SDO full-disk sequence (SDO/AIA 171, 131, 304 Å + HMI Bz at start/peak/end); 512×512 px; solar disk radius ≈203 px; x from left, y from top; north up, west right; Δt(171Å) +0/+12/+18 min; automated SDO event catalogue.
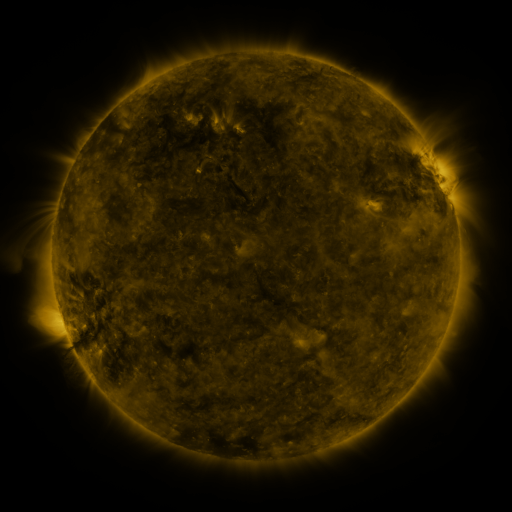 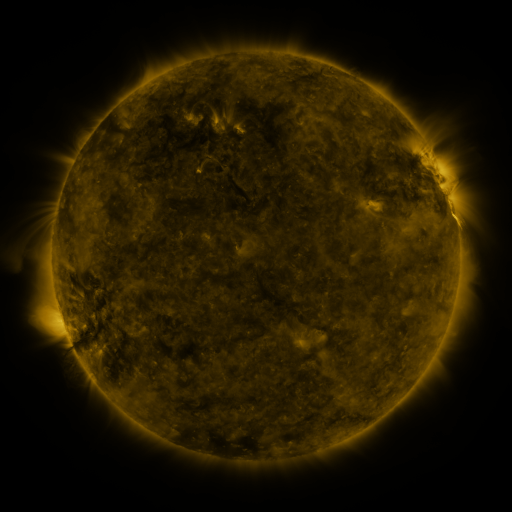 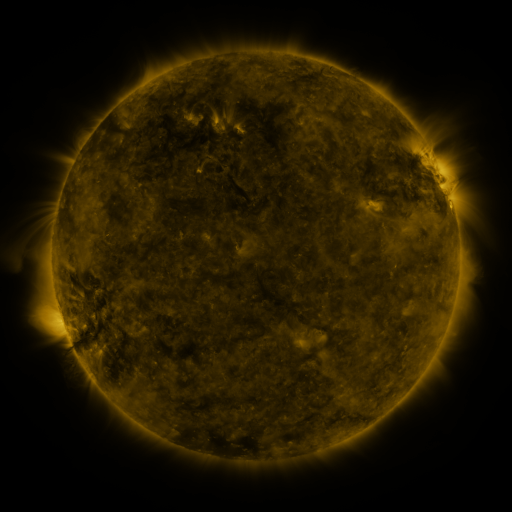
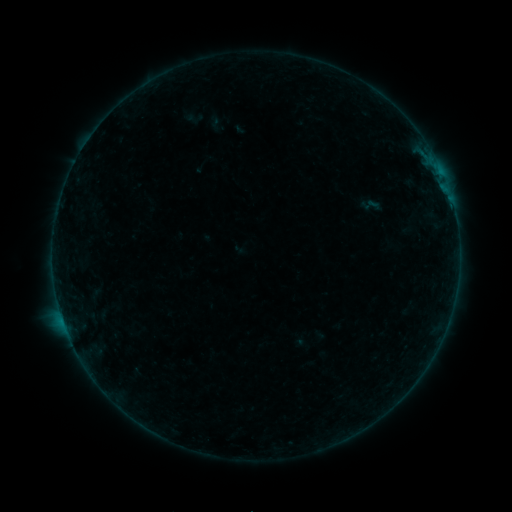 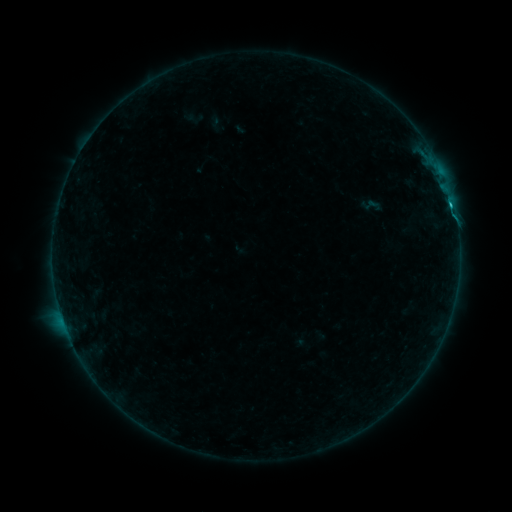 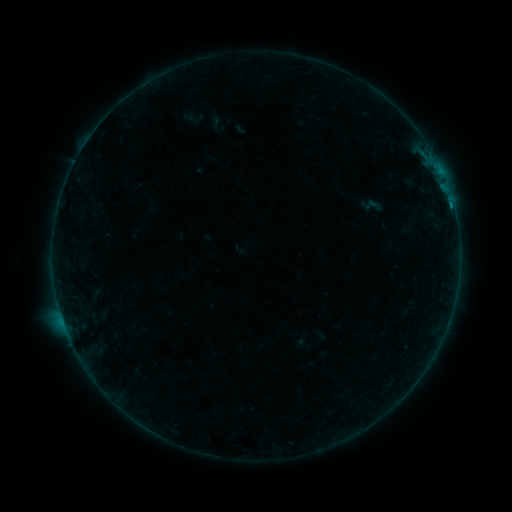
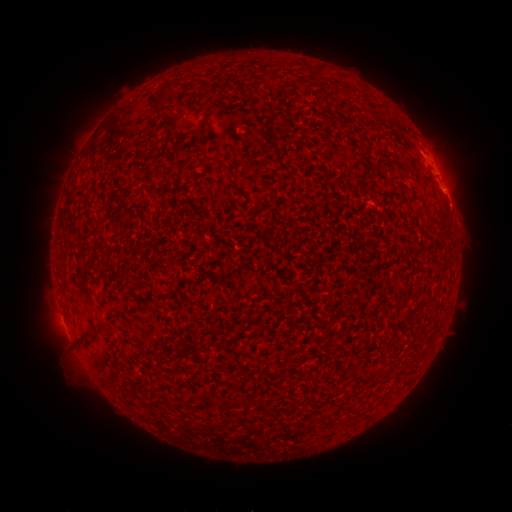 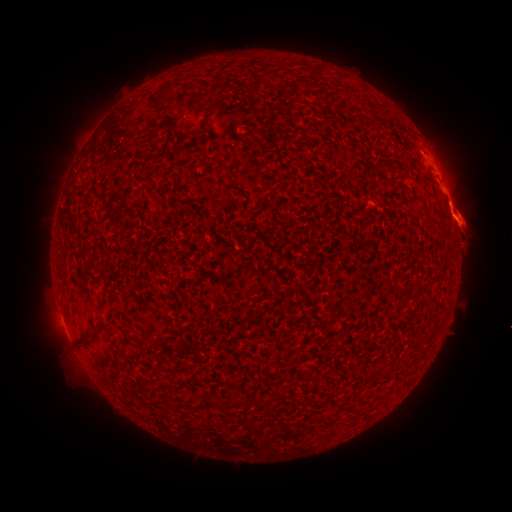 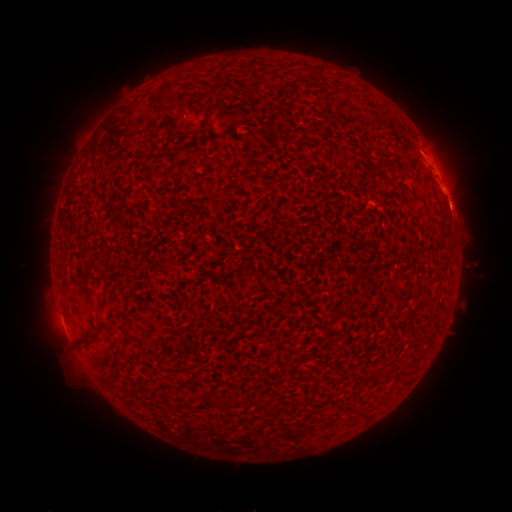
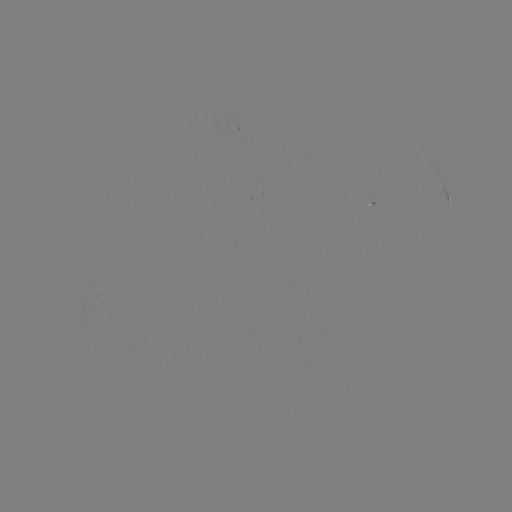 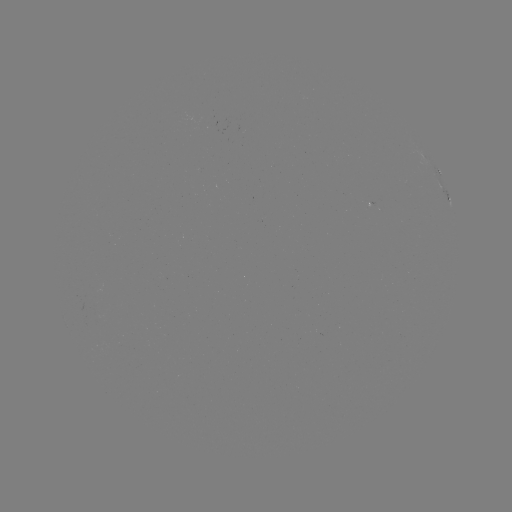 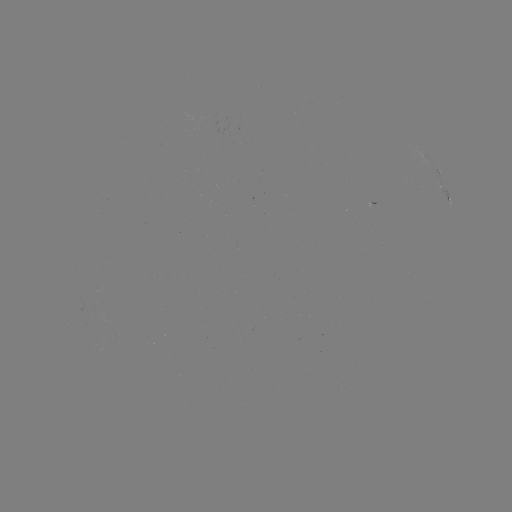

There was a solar eruption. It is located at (466, 224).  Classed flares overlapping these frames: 1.